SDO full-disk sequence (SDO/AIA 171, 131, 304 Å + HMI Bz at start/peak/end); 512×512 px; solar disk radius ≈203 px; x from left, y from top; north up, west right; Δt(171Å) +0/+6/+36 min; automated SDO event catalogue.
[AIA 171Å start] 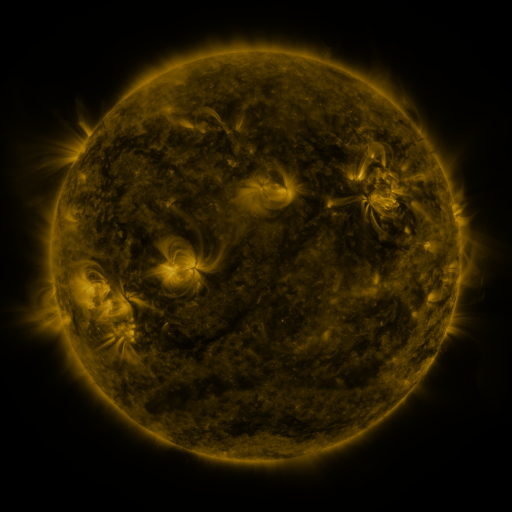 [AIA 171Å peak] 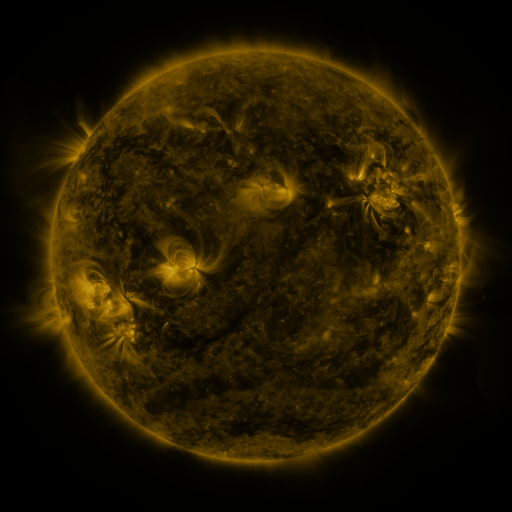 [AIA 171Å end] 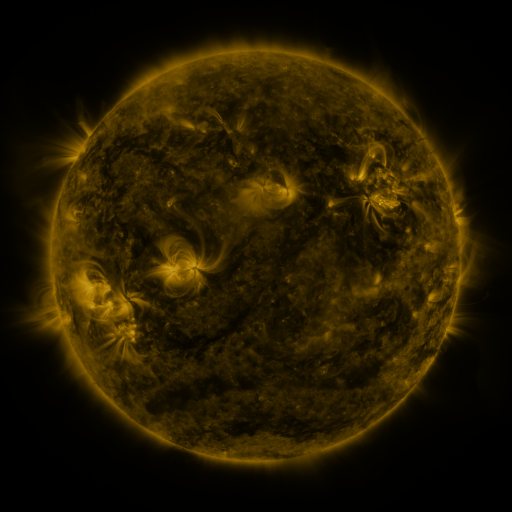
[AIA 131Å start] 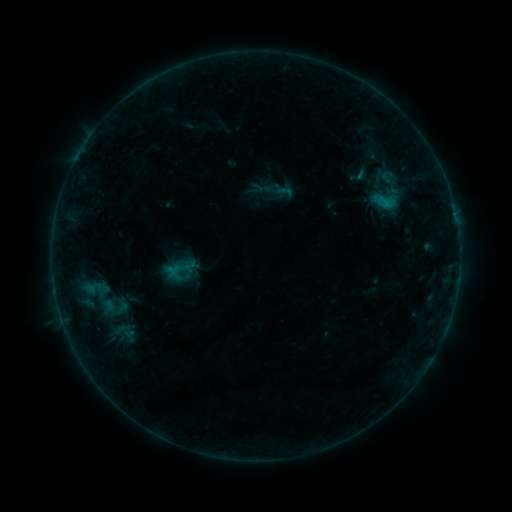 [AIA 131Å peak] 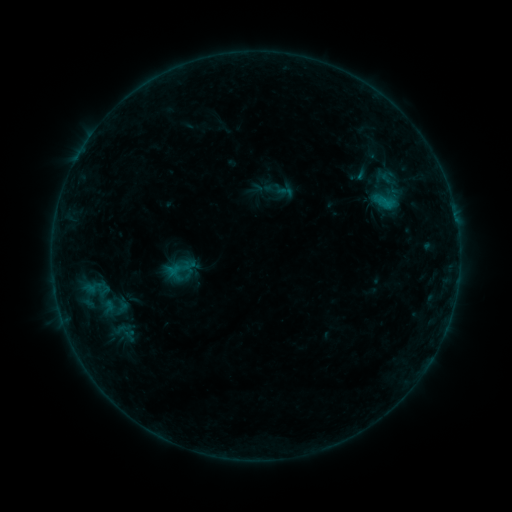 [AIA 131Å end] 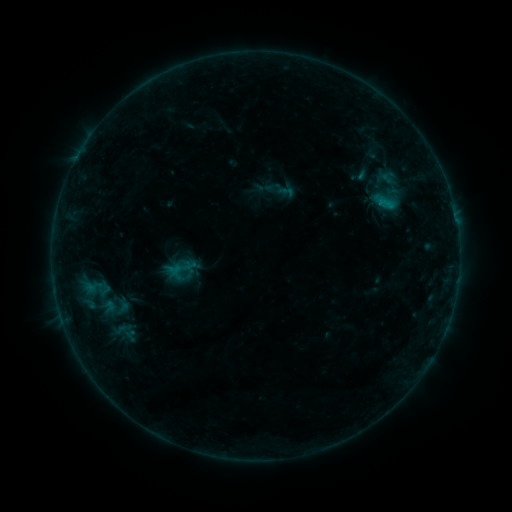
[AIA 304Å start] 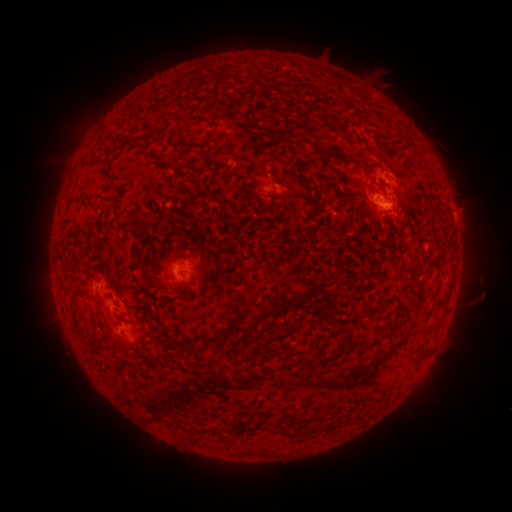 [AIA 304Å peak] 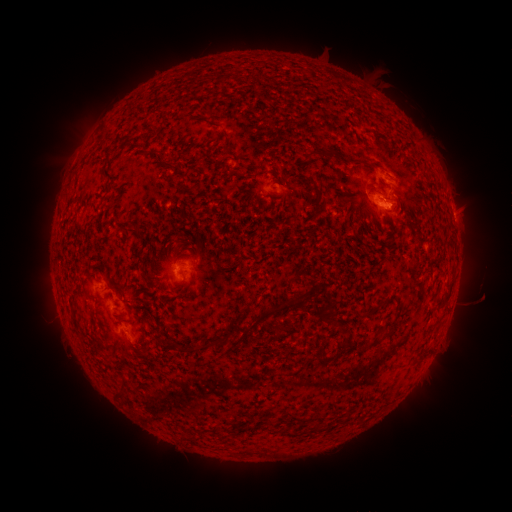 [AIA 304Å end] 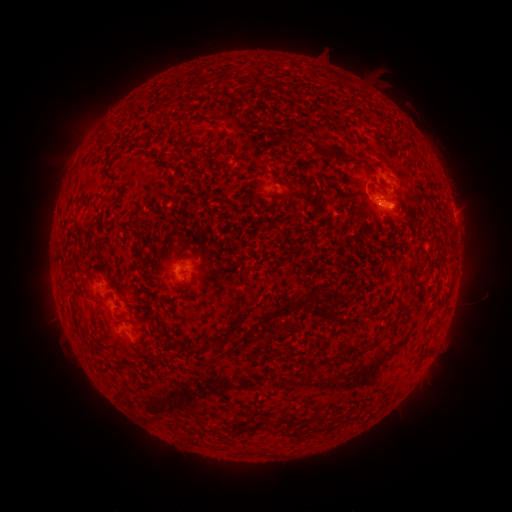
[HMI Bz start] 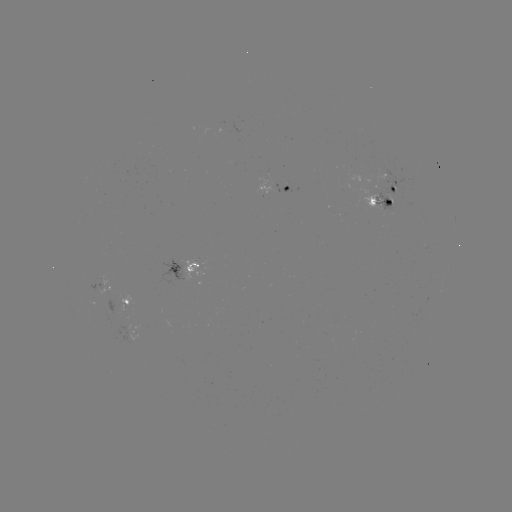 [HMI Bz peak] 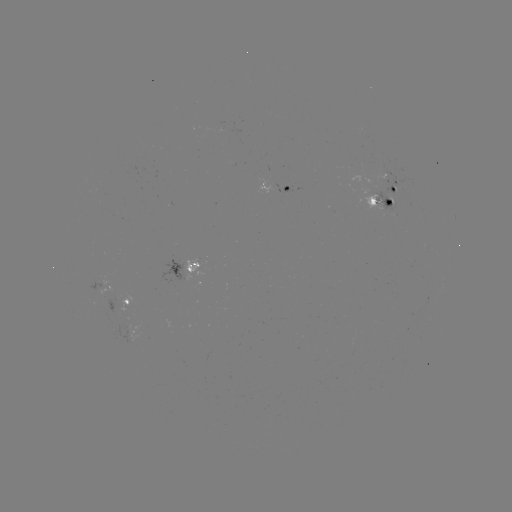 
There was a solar flare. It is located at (382, 205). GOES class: B8.8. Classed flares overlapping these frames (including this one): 1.